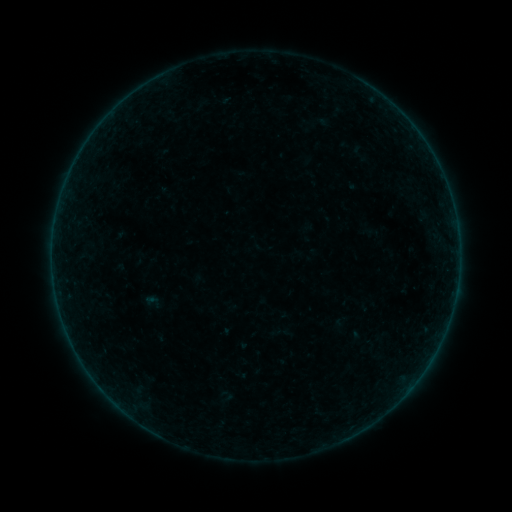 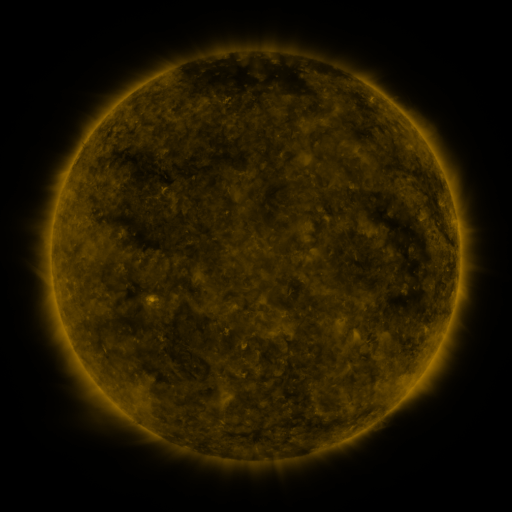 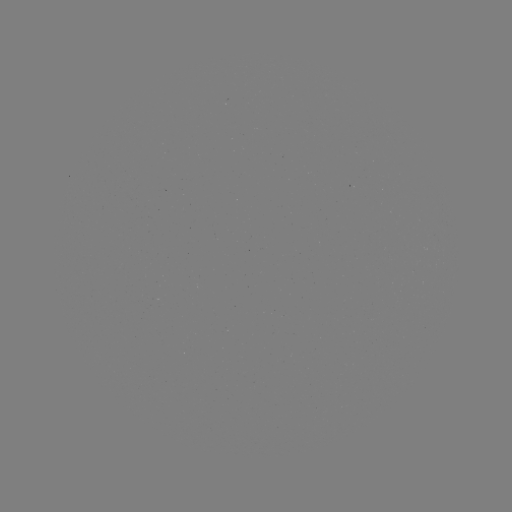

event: sigmoid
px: (153, 302)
